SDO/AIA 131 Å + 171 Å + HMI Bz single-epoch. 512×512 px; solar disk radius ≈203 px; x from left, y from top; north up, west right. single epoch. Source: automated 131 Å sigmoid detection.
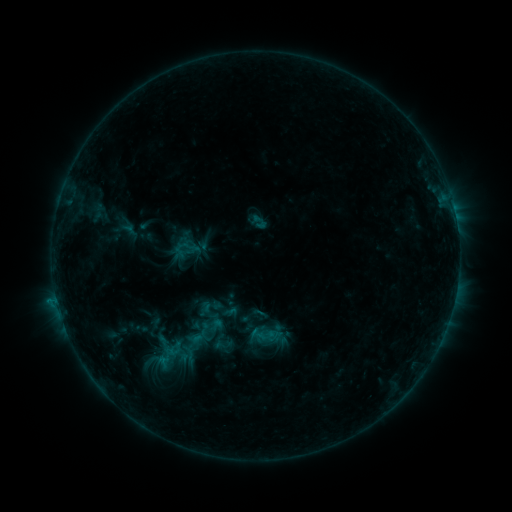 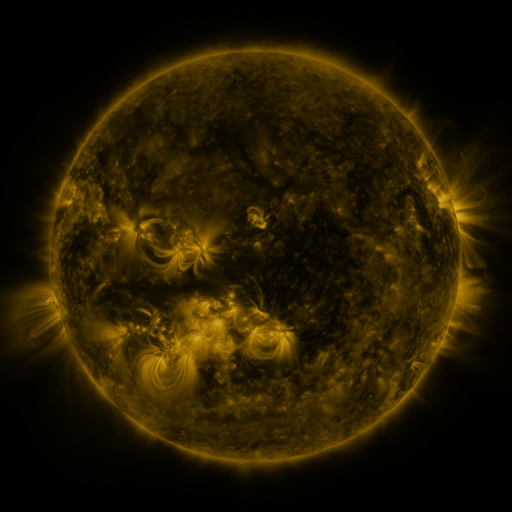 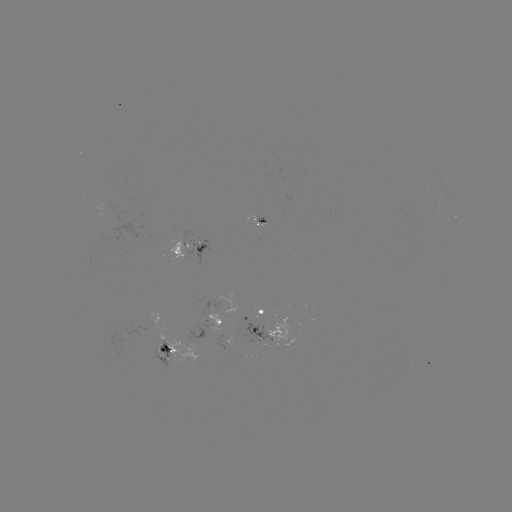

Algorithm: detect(sigmoid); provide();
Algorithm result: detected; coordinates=189,355